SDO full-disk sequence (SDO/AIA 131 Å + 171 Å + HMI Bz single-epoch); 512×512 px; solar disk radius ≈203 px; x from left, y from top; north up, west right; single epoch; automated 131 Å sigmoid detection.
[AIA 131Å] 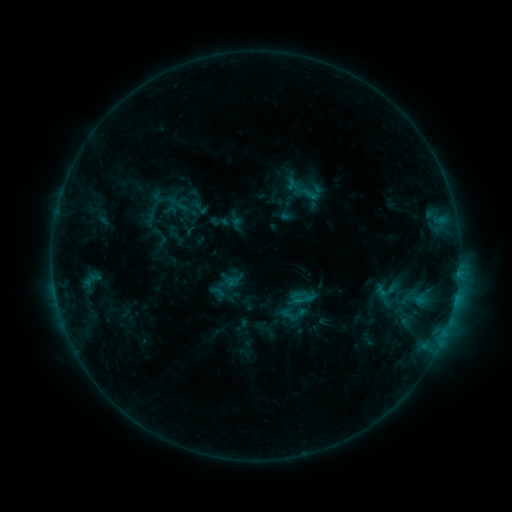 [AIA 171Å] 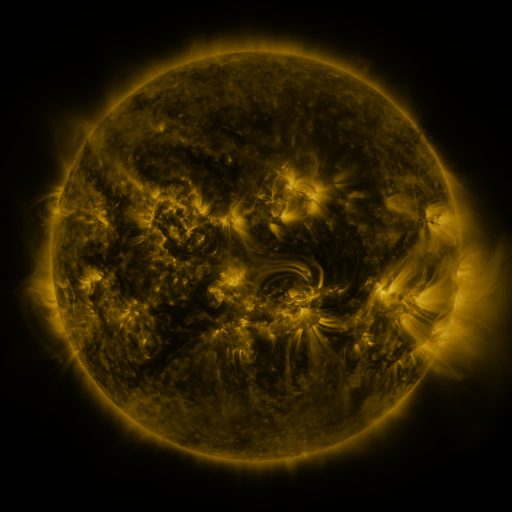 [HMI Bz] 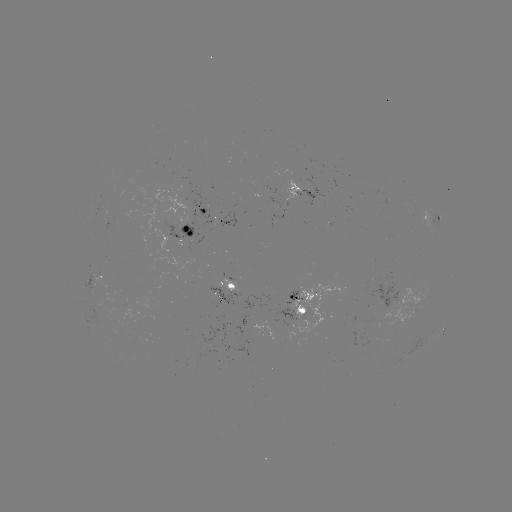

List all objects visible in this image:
sigmoid: (295, 184, 315, 201)
sigmoid: (209, 211, 230, 232)
